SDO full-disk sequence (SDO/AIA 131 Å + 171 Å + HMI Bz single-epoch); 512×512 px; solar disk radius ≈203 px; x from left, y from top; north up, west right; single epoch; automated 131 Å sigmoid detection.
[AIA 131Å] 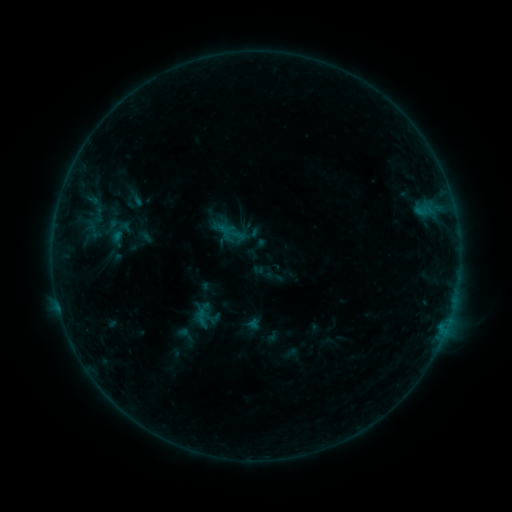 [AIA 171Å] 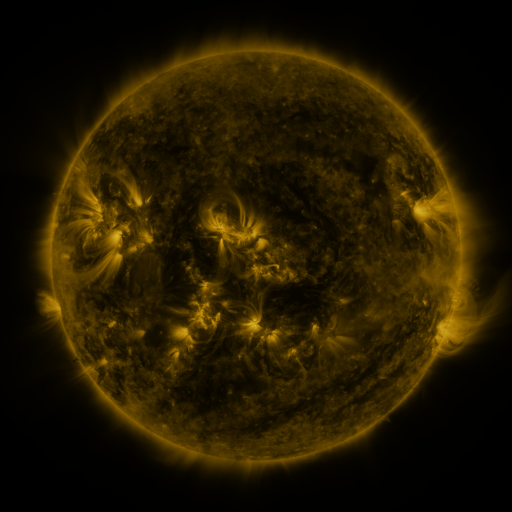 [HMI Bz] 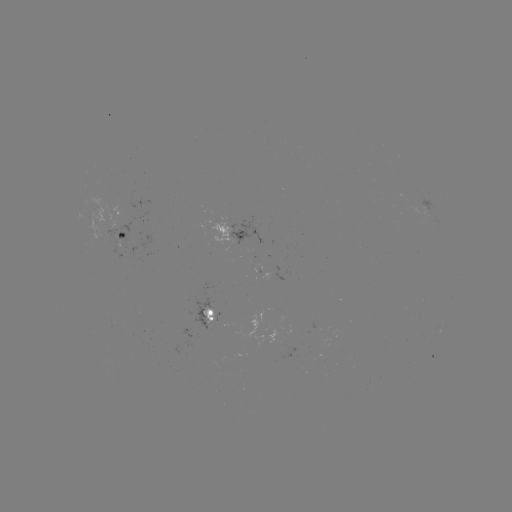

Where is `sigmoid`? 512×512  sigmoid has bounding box [105, 209, 129, 238].